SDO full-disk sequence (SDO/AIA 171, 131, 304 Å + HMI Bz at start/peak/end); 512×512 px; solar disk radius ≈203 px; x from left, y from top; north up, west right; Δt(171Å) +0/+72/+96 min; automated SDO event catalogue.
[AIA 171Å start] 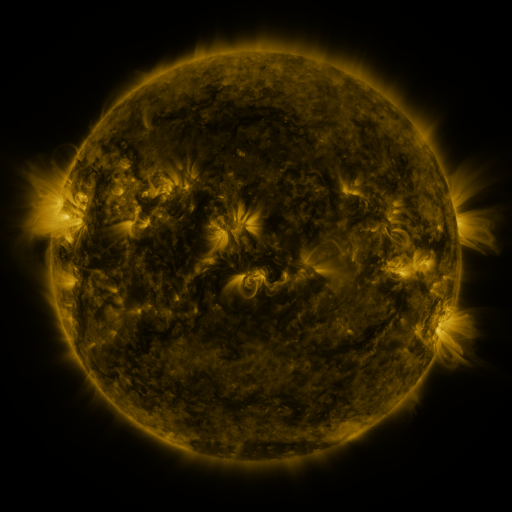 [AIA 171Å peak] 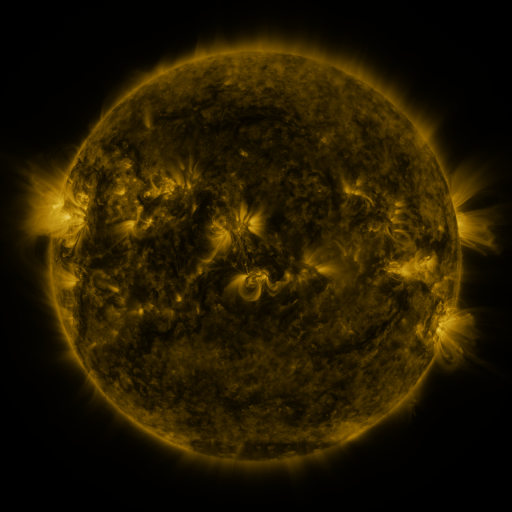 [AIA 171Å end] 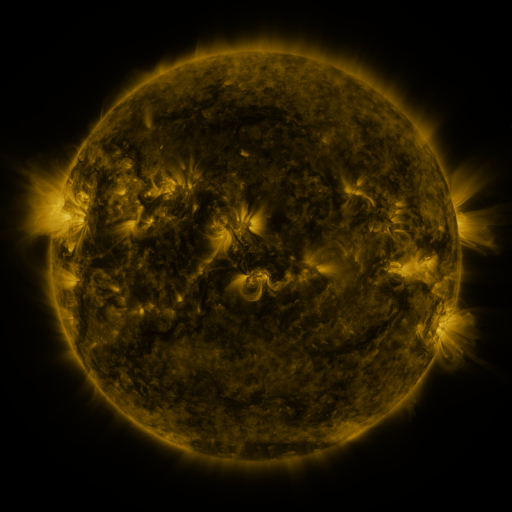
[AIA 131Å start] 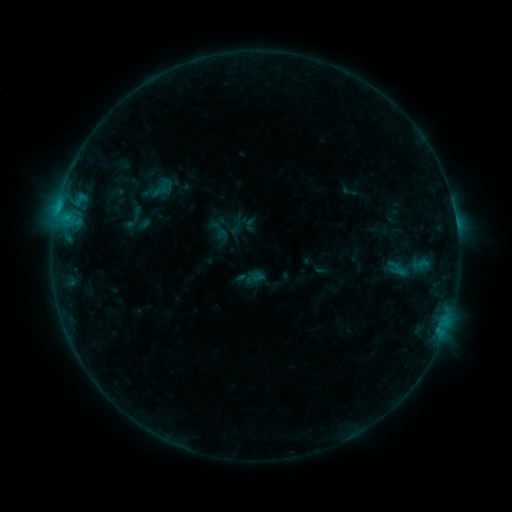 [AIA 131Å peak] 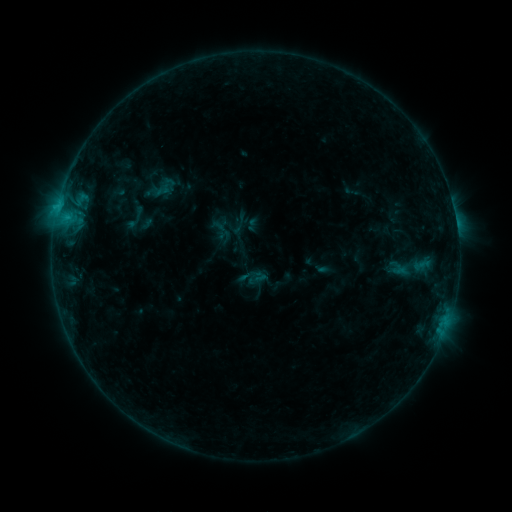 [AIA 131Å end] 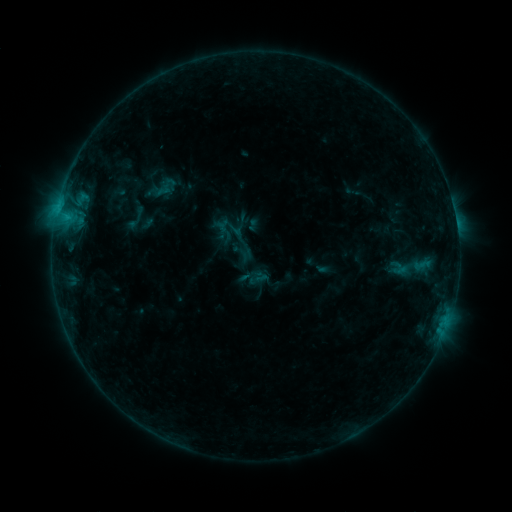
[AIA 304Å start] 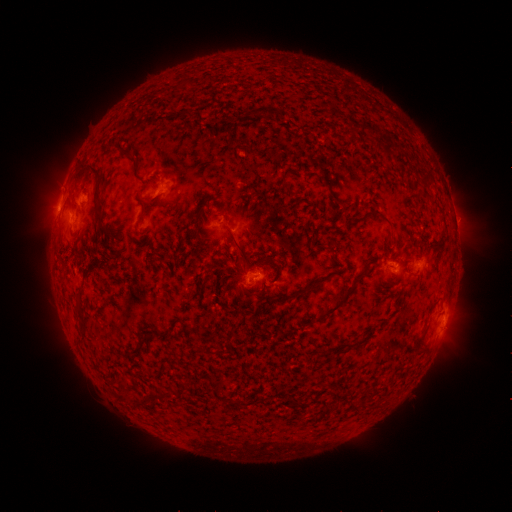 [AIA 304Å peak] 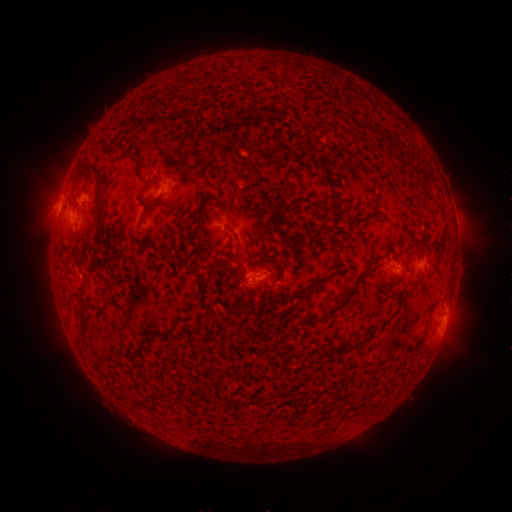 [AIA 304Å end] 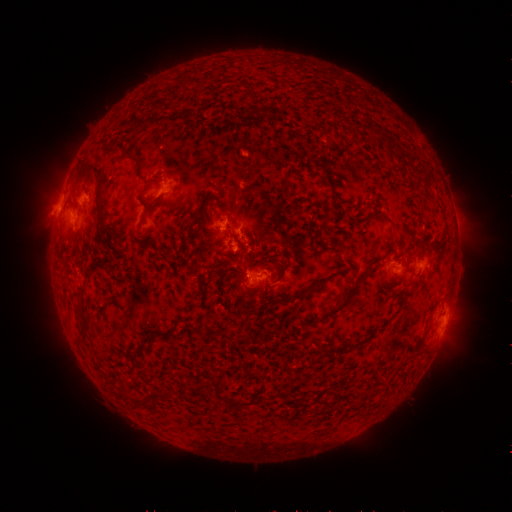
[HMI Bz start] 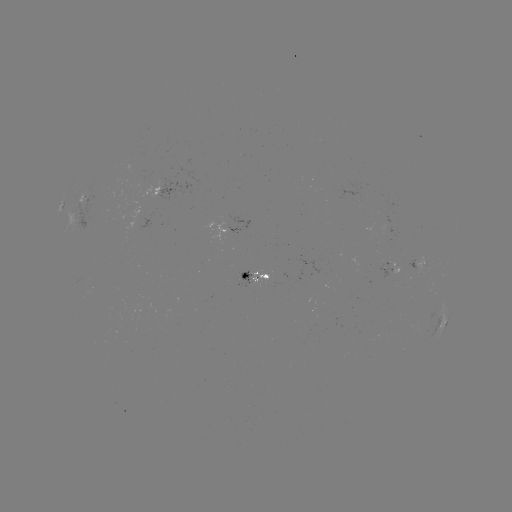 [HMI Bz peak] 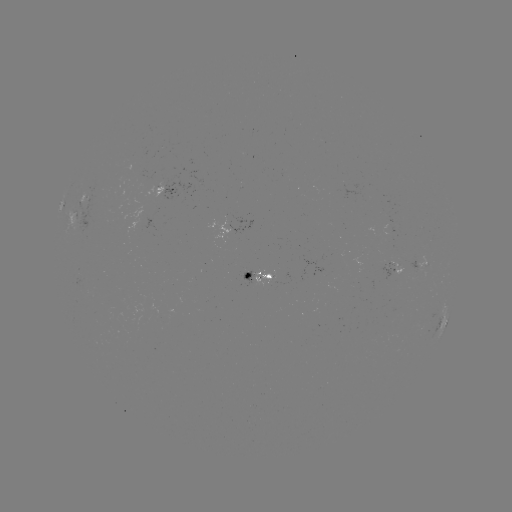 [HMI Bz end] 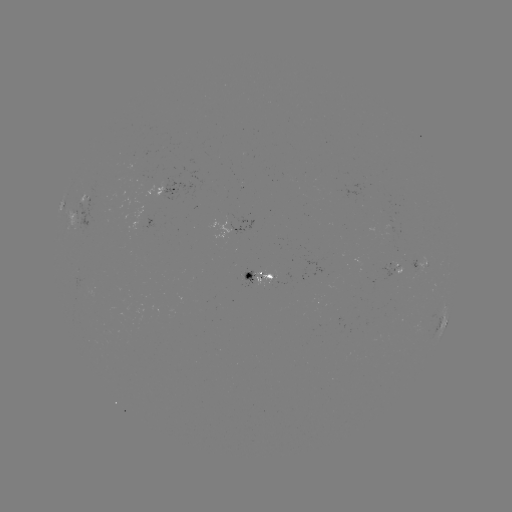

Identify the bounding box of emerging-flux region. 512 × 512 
[144, 169, 174, 197].